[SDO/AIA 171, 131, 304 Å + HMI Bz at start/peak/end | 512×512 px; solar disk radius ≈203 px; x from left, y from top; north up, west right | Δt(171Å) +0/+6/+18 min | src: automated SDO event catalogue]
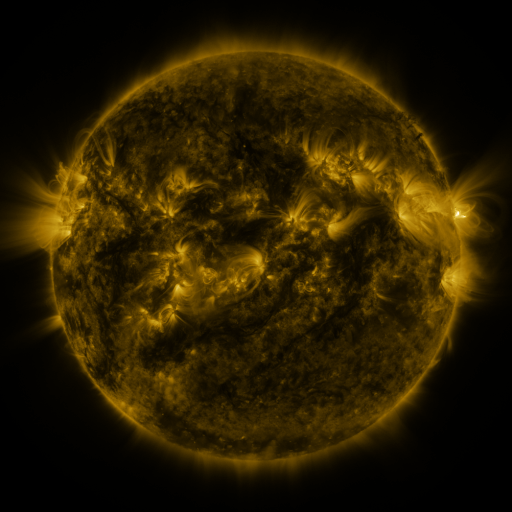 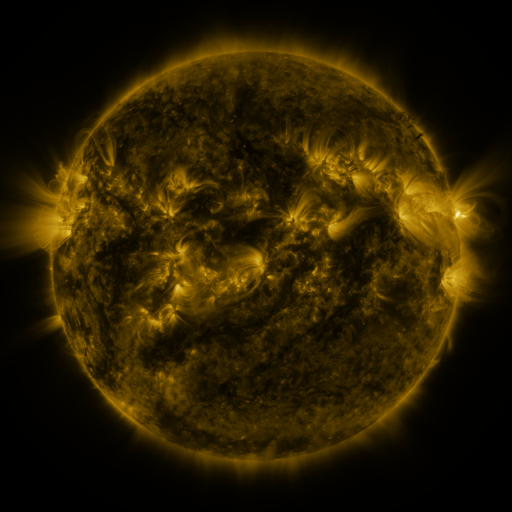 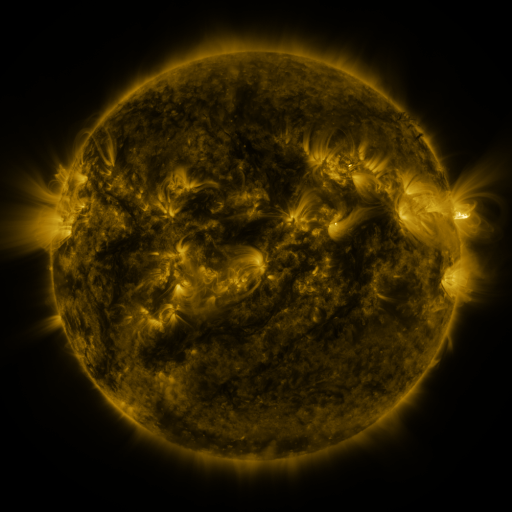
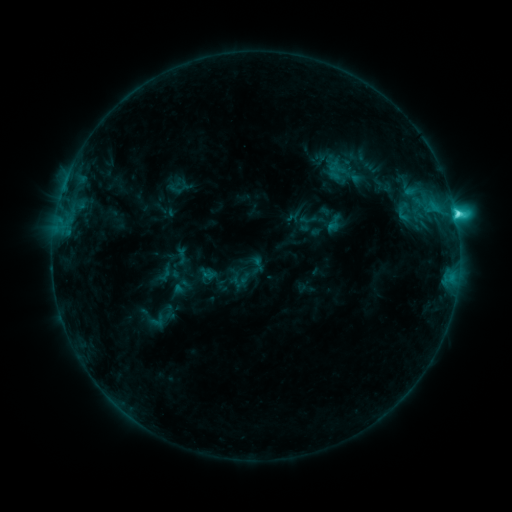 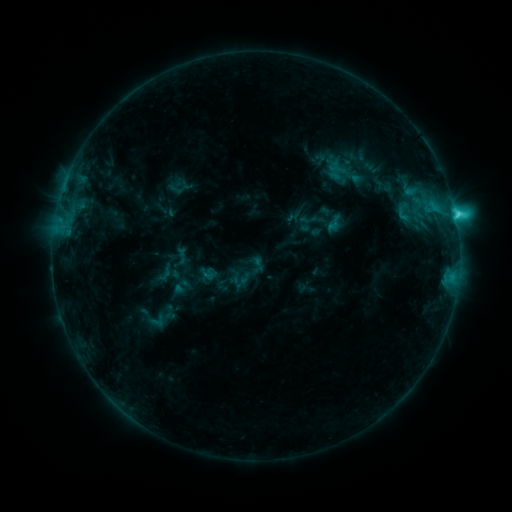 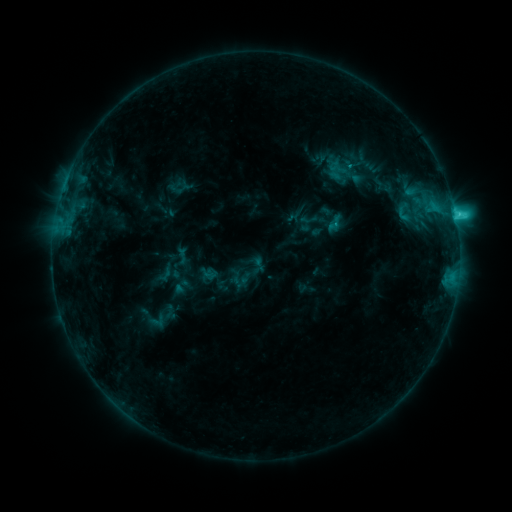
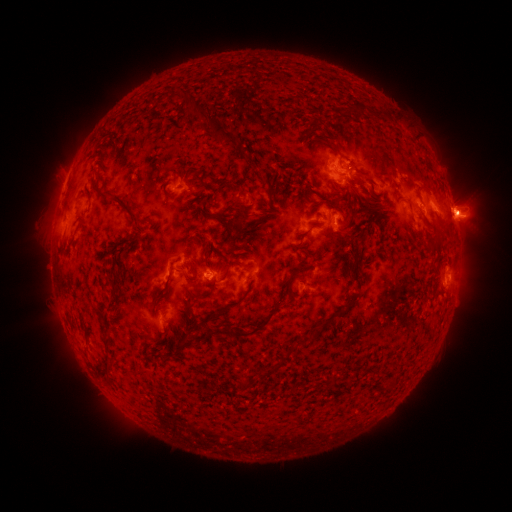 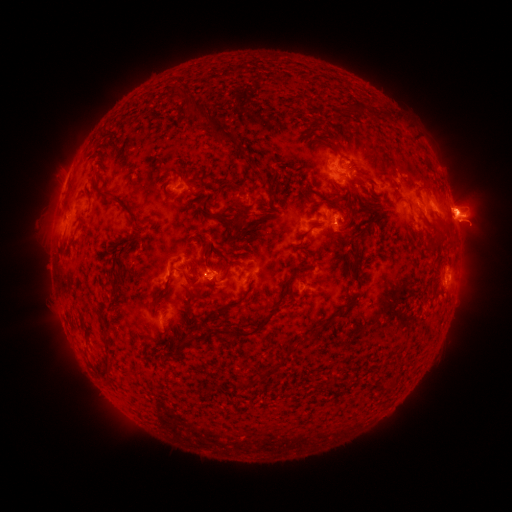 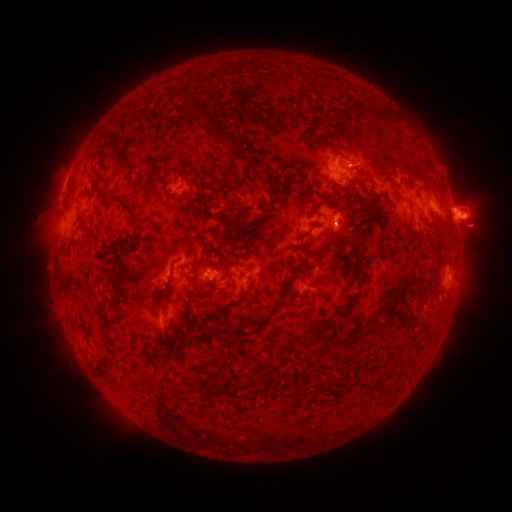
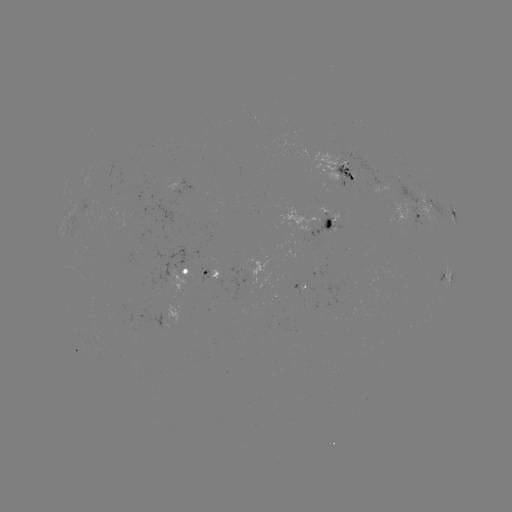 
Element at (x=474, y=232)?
eruption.